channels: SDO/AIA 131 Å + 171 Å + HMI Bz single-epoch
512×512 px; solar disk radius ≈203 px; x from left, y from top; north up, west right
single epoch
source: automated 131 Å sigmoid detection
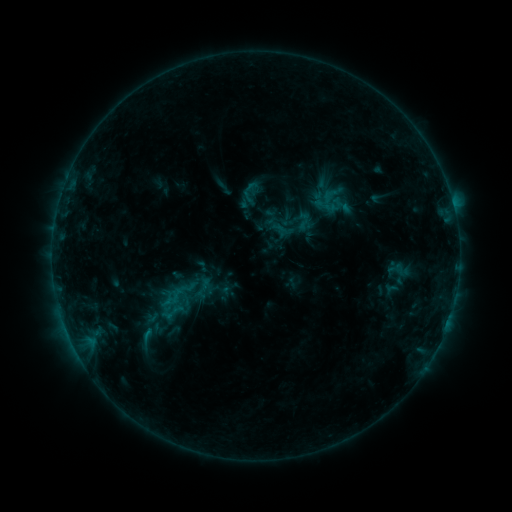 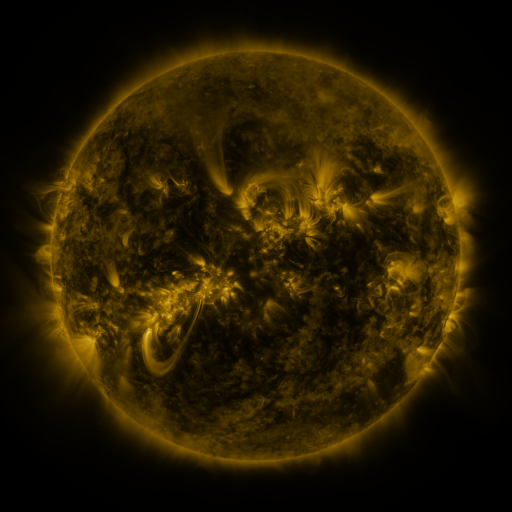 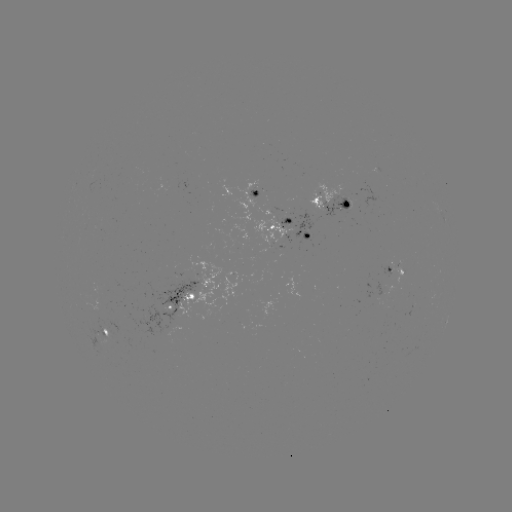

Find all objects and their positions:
sigmoid: (398, 272)
sigmoid: (176, 301)
sigmoid: (146, 336)
